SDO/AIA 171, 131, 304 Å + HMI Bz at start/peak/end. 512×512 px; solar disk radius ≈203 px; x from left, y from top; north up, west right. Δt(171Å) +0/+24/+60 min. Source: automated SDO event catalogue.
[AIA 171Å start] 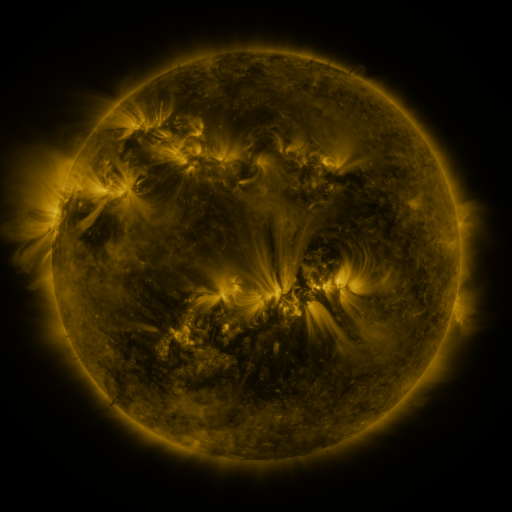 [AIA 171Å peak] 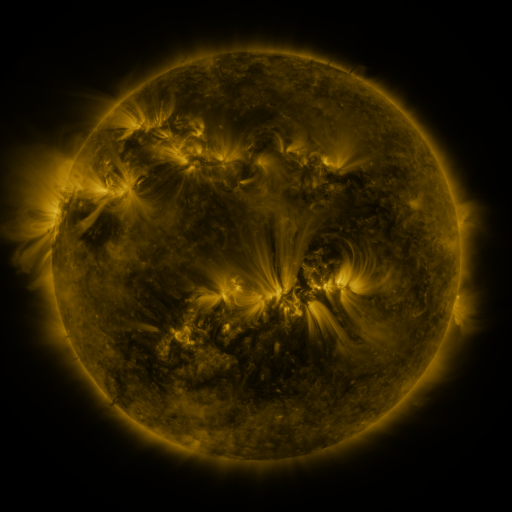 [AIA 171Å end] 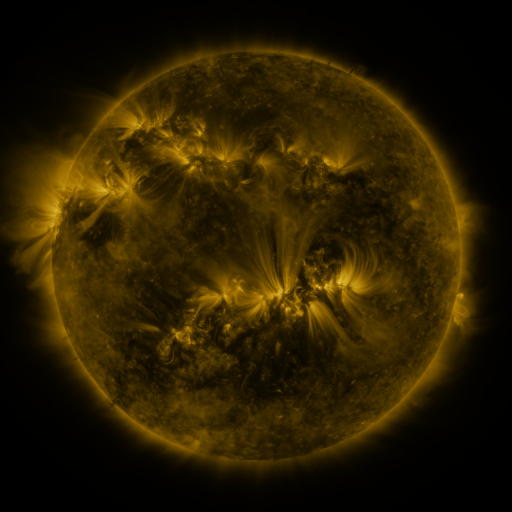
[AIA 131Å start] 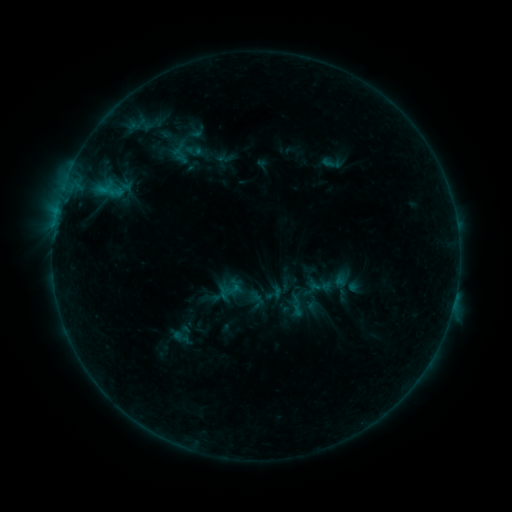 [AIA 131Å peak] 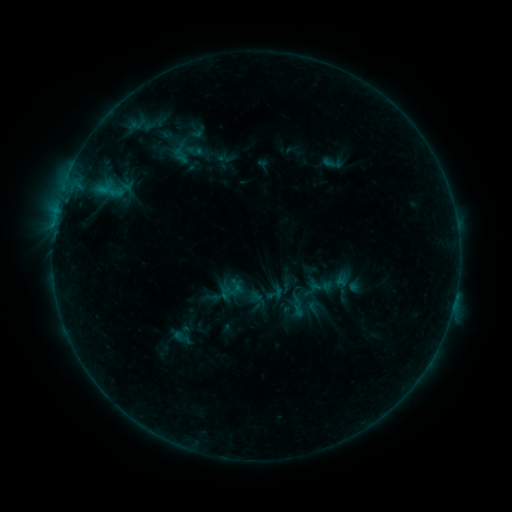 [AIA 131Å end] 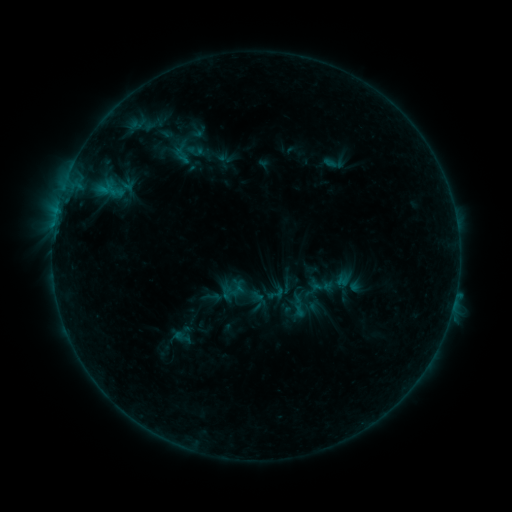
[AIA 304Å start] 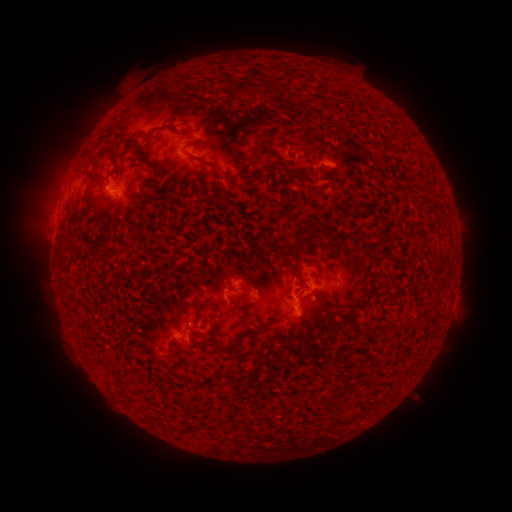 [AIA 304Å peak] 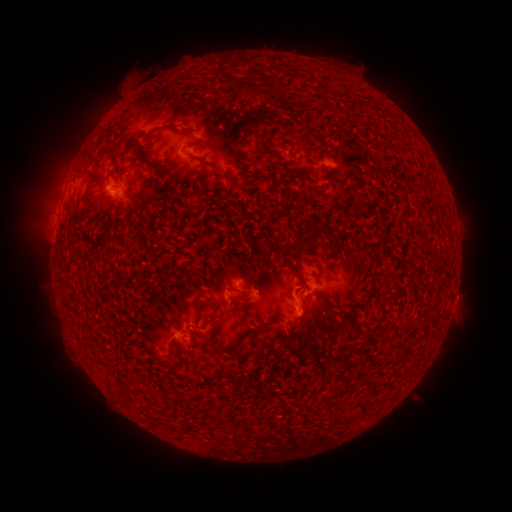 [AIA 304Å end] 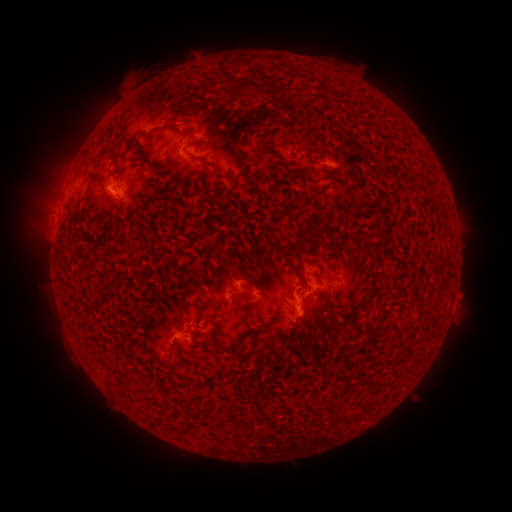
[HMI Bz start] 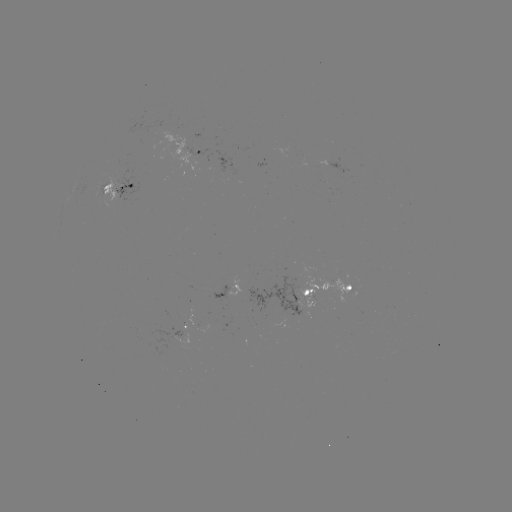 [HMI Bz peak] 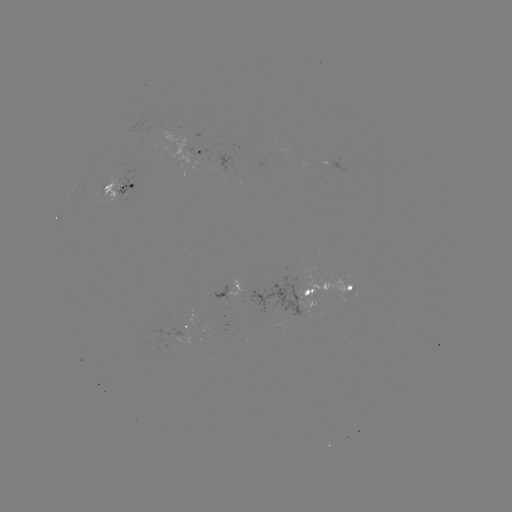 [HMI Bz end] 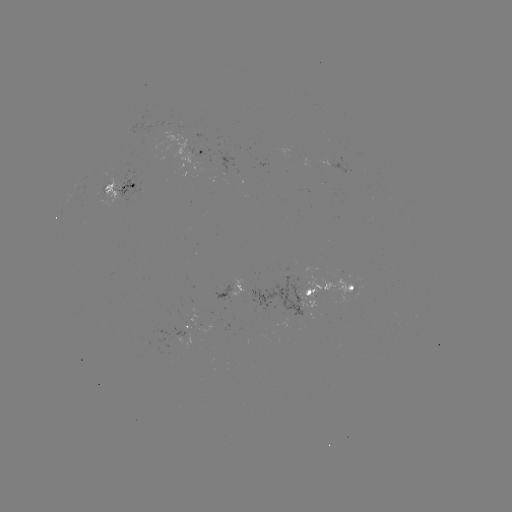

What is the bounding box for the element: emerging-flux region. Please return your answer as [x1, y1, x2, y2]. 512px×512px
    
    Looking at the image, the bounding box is [172, 330, 184, 337].